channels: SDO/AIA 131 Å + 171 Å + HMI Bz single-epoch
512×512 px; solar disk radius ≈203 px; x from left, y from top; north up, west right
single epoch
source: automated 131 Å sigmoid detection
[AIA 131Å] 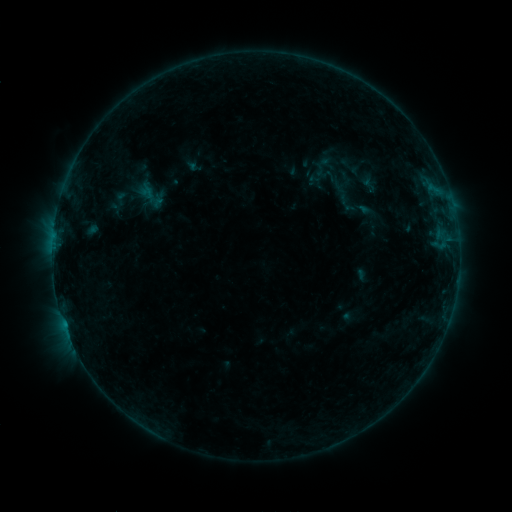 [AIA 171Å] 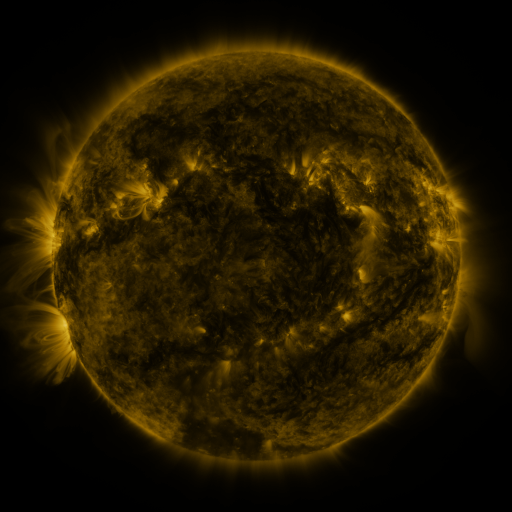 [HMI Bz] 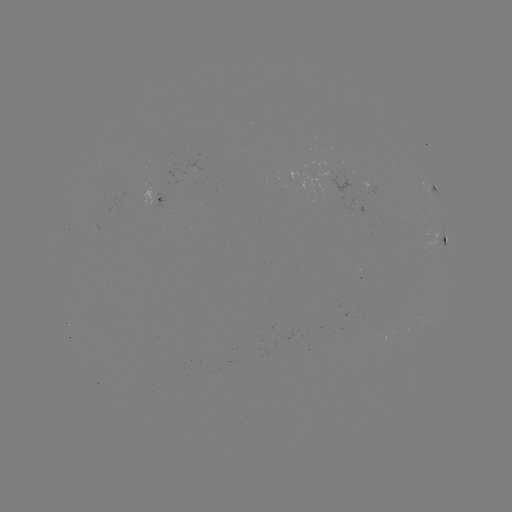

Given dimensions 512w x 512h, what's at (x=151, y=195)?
sigmoid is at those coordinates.